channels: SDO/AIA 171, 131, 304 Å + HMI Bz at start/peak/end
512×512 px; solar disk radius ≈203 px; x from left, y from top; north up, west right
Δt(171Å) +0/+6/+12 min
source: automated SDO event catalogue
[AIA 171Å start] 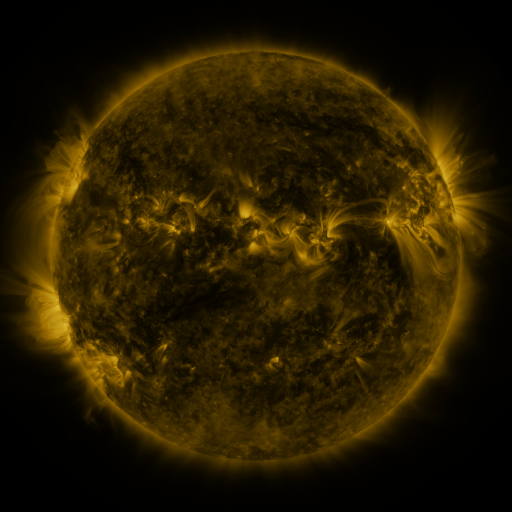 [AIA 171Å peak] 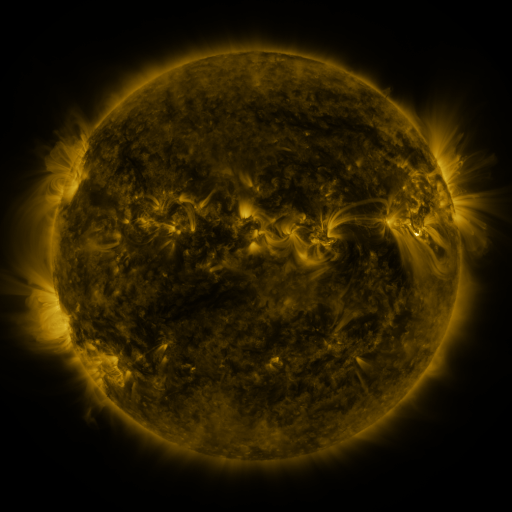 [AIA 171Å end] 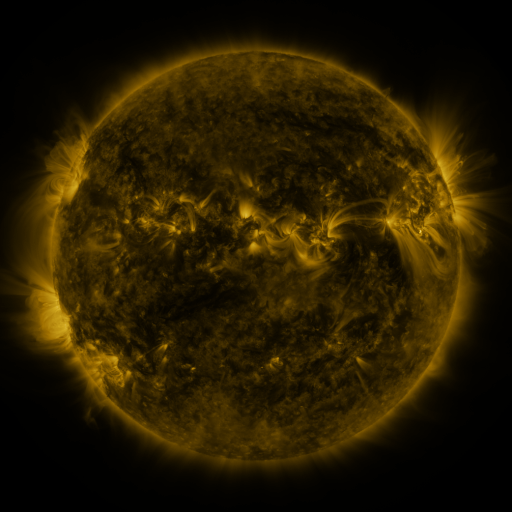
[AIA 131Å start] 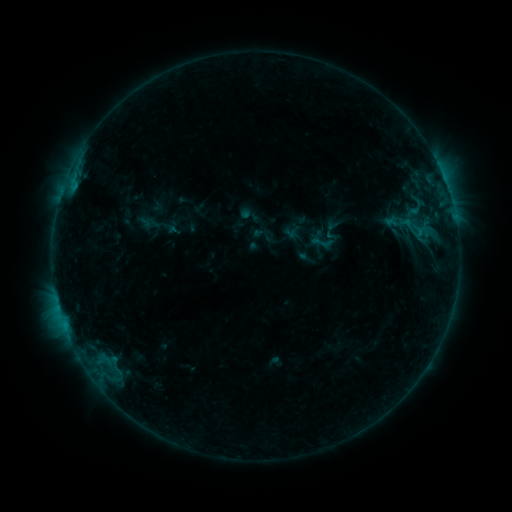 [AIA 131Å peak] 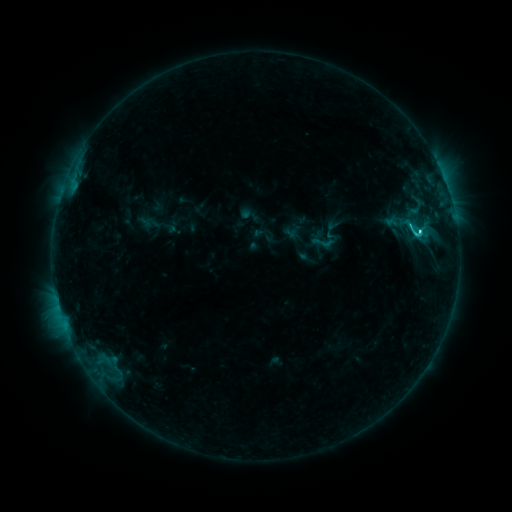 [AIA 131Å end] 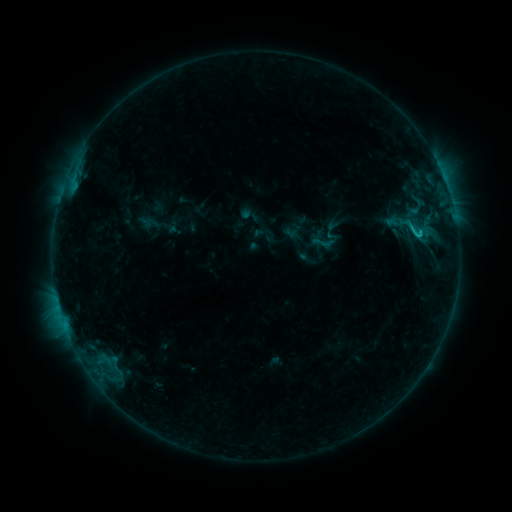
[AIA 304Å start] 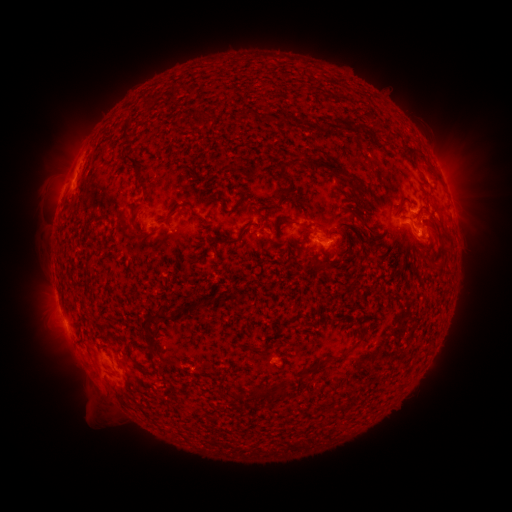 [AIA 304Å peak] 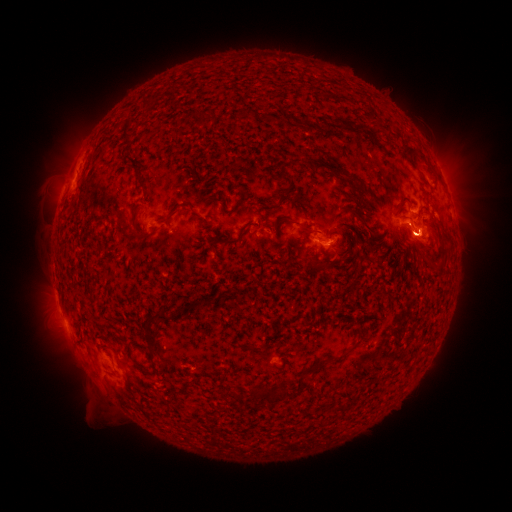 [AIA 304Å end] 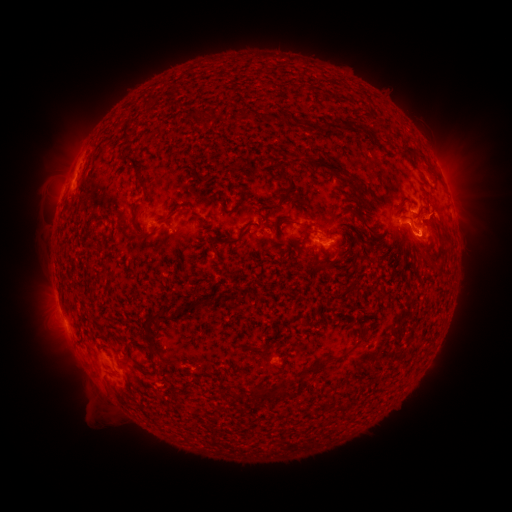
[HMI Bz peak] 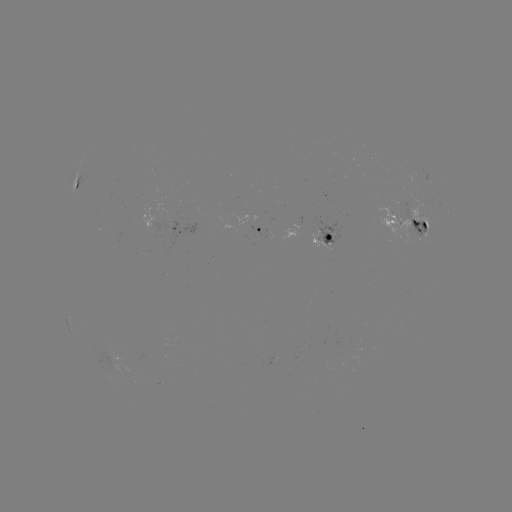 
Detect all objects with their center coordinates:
C2.6 flare: (414, 235)
